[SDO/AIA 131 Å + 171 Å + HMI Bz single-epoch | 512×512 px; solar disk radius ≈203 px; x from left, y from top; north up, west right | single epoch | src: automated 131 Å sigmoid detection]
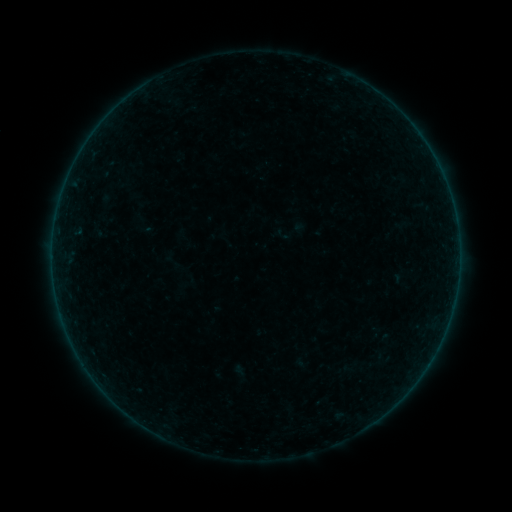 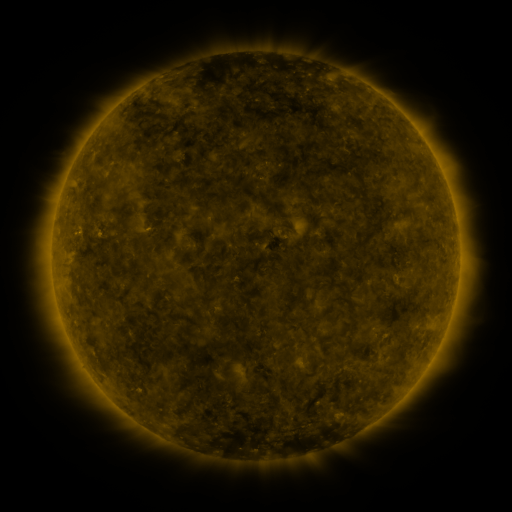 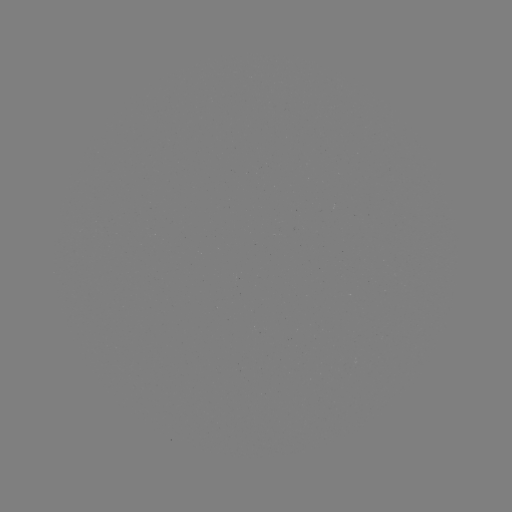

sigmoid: (272, 224, 295, 245)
